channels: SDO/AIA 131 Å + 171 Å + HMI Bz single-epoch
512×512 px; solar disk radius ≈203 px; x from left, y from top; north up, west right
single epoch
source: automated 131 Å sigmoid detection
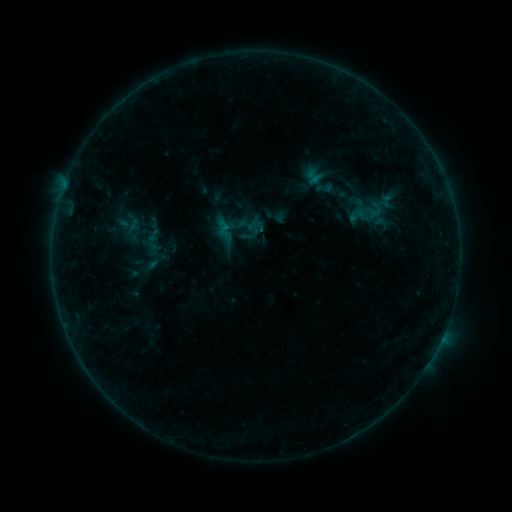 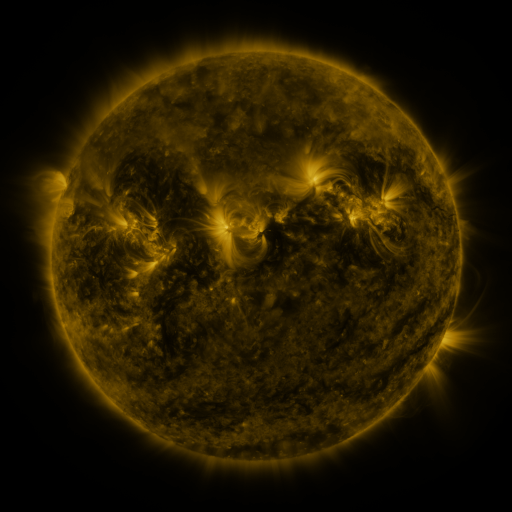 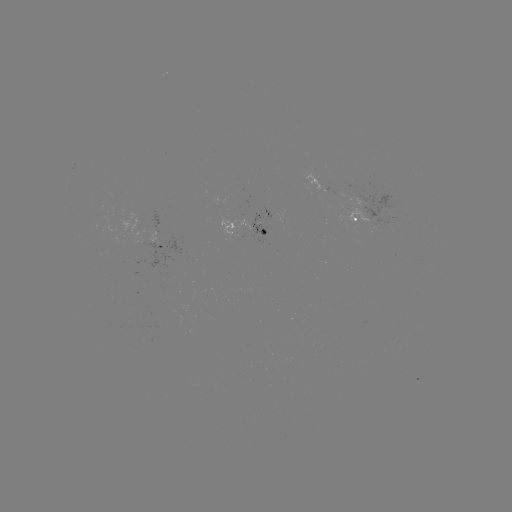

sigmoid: <bbox>347, 208, 368, 224</bbox>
